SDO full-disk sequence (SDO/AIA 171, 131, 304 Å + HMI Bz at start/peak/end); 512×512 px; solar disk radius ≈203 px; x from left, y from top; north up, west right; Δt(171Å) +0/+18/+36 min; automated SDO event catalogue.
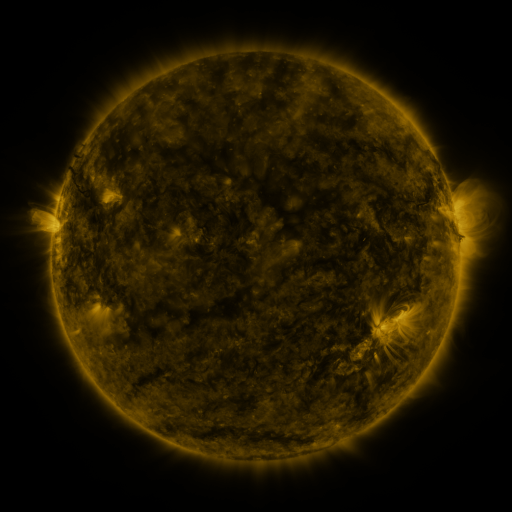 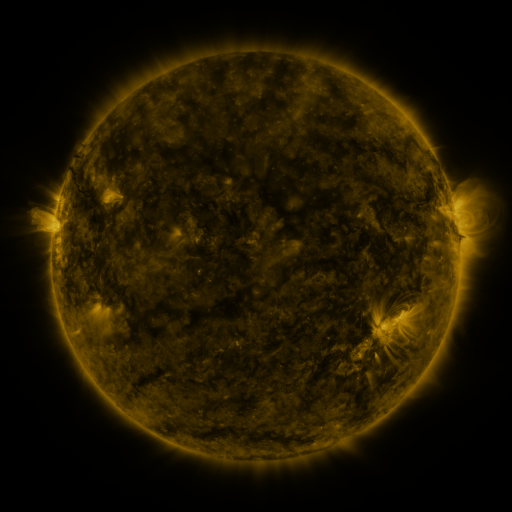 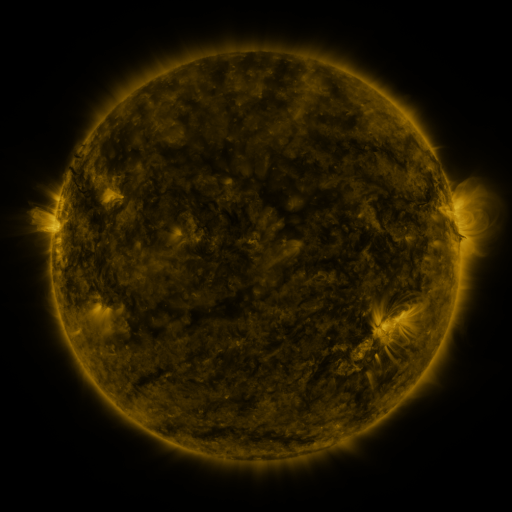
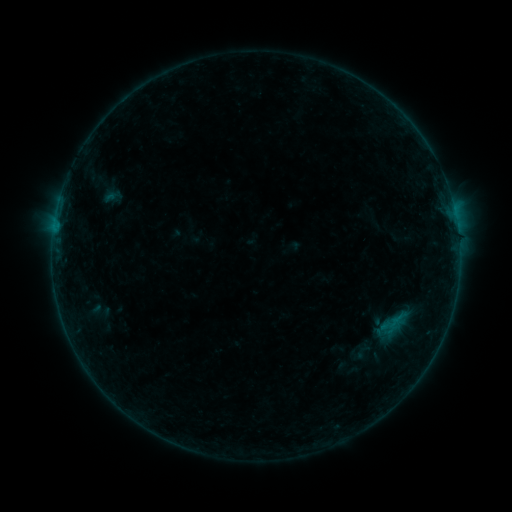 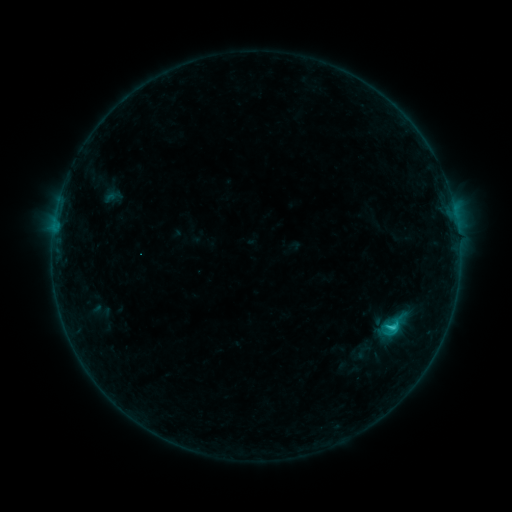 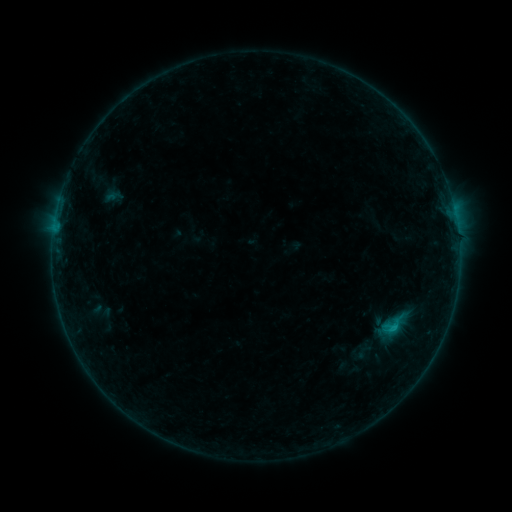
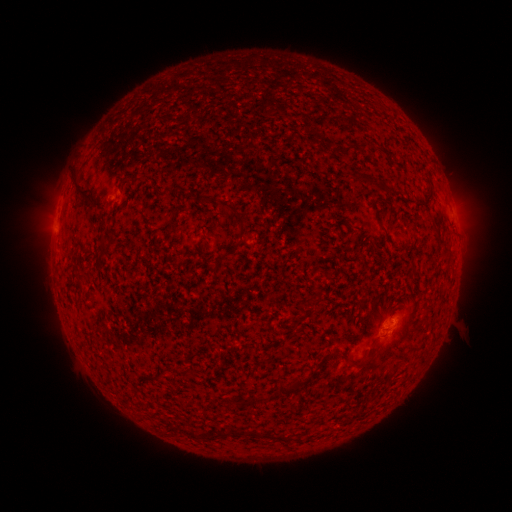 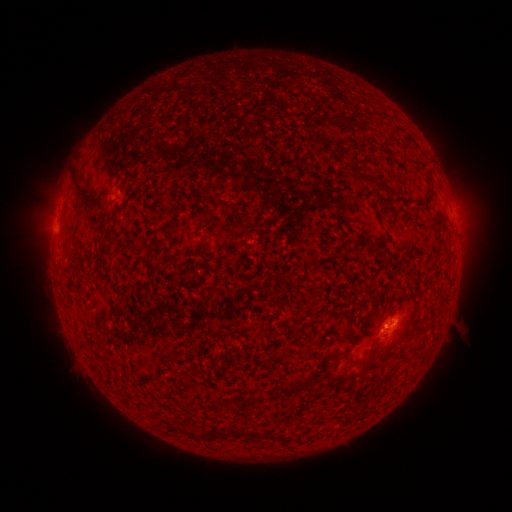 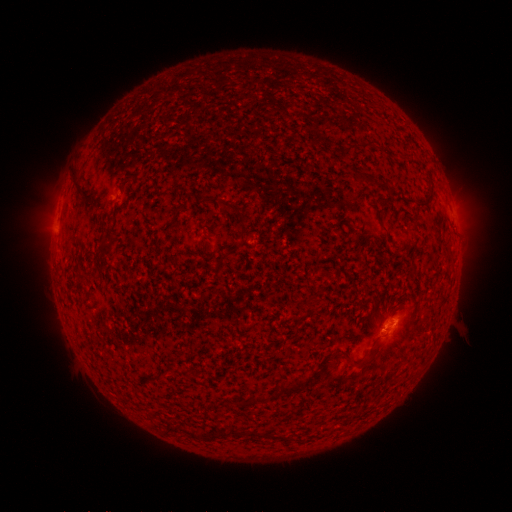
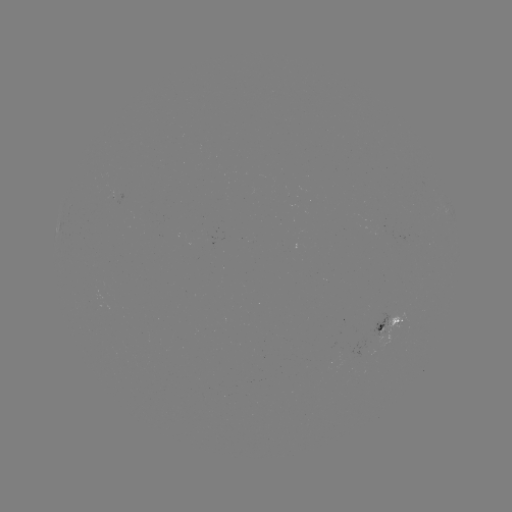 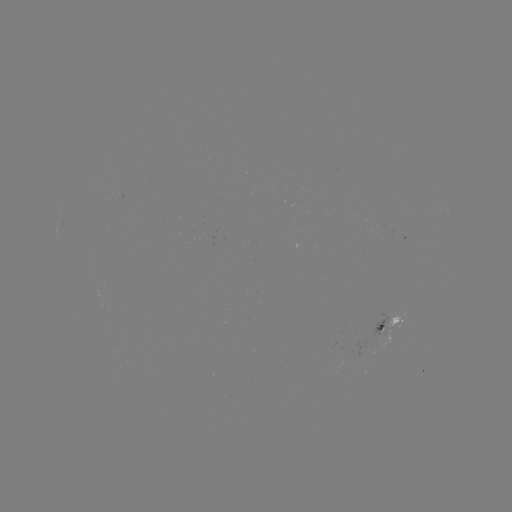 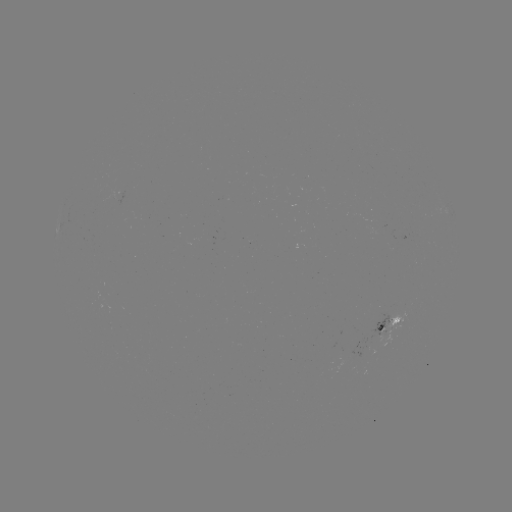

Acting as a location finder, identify C1.0 flare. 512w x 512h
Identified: (392, 325).